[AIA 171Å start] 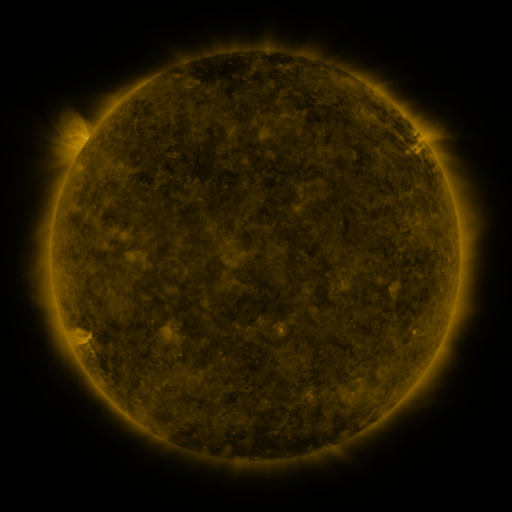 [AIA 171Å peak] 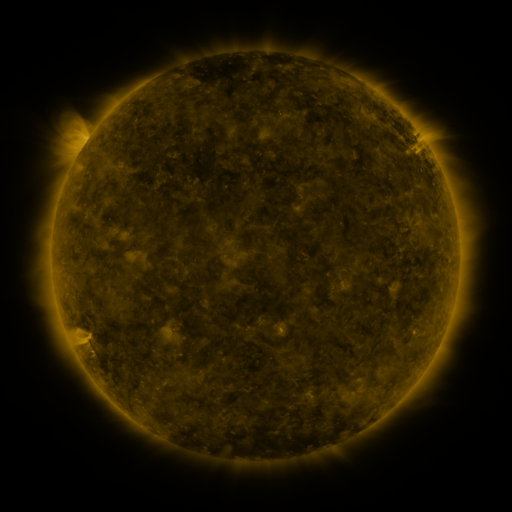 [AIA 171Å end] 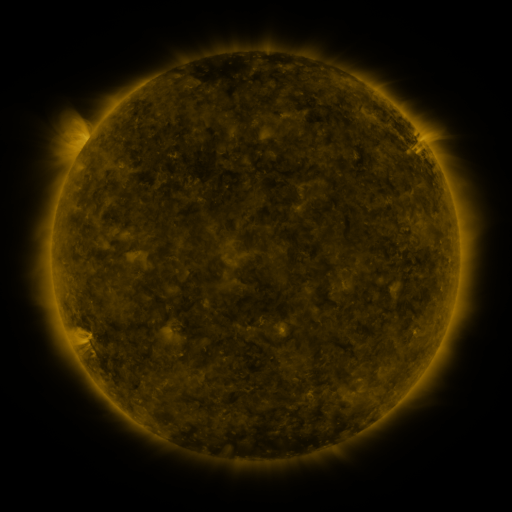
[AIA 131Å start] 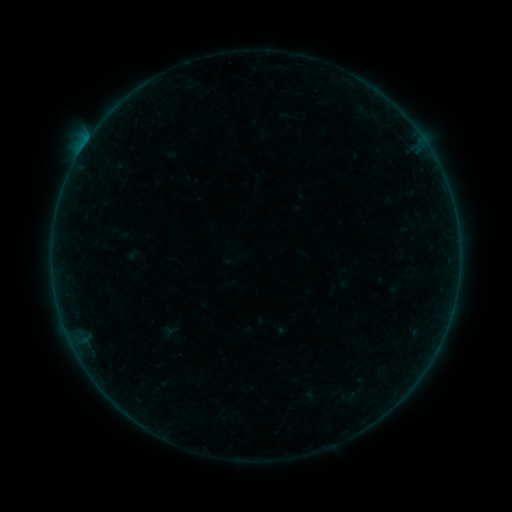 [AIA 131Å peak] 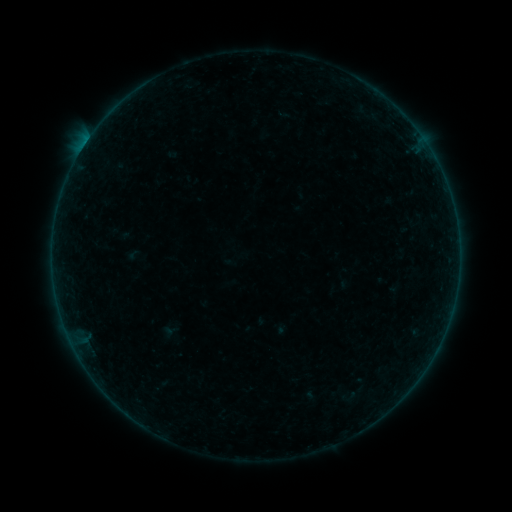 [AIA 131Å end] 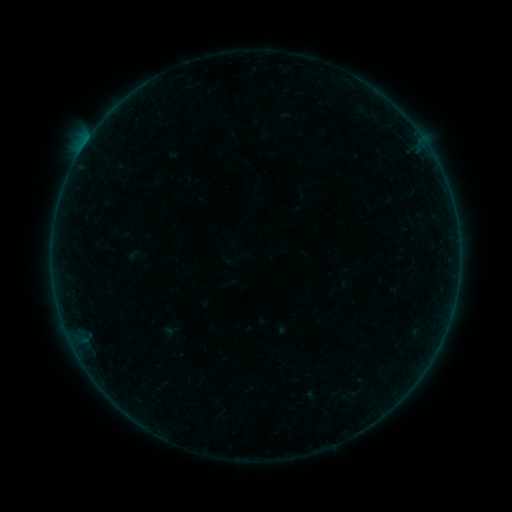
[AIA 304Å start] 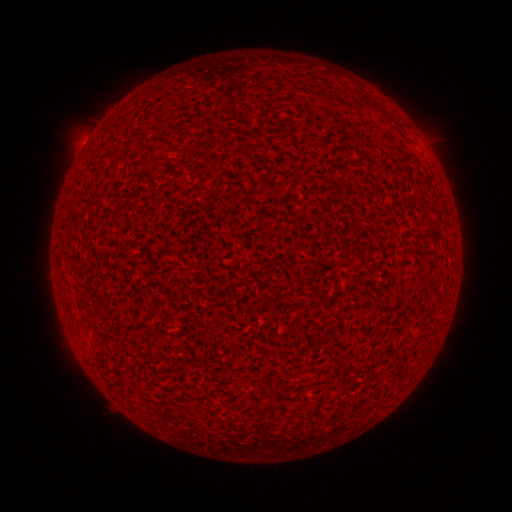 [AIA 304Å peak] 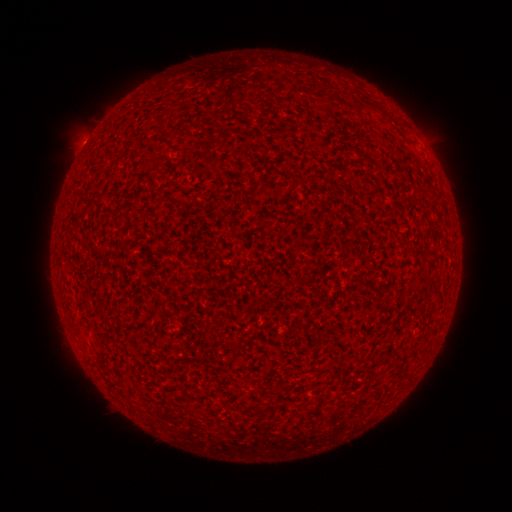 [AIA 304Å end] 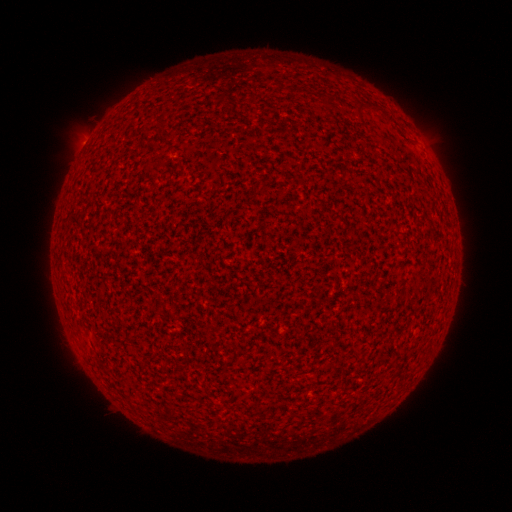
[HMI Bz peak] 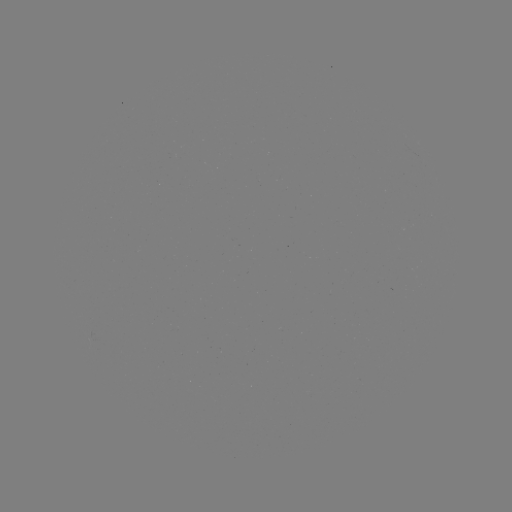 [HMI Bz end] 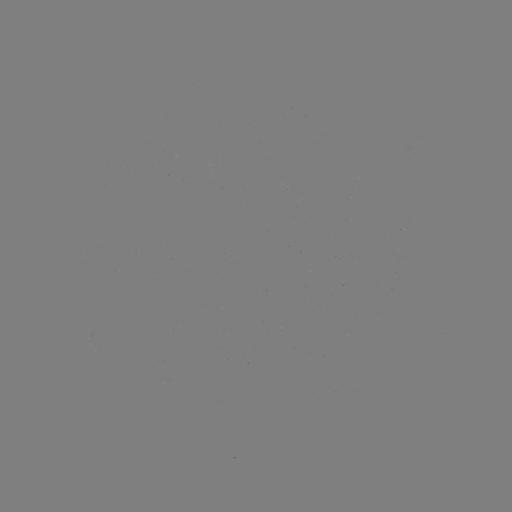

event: flare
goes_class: A6.0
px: (85, 145)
